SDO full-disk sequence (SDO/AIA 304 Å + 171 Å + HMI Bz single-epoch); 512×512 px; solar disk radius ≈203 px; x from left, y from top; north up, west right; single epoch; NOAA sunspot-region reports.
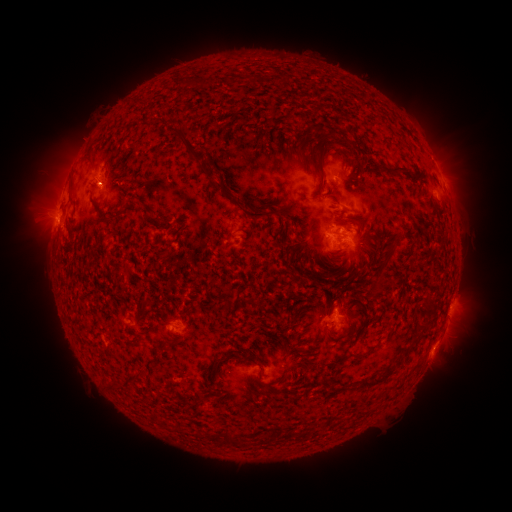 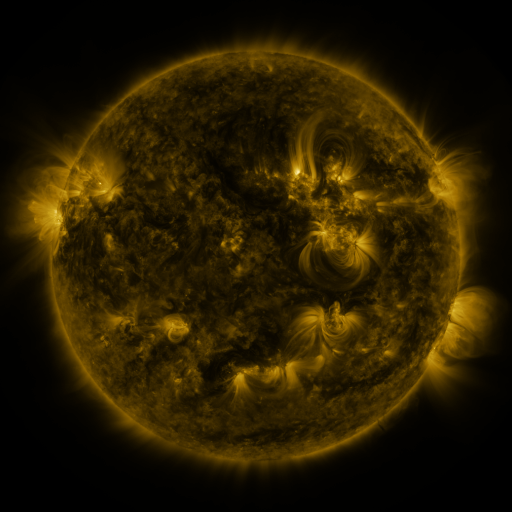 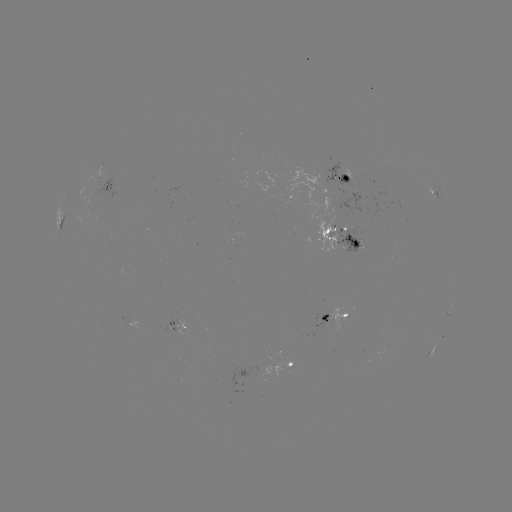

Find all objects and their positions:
spotted active region: (443, 178)
spotted active region: (346, 179)
spotted active region: (108, 188)
spotted active region: (436, 196)
spotted active region: (59, 220)
spotted active region: (344, 238)
spotted active region: (449, 314)
spotted active region: (340, 316)
spotted active region: (182, 326)
spotted active region: (433, 351)
spotted active region: (290, 365)
